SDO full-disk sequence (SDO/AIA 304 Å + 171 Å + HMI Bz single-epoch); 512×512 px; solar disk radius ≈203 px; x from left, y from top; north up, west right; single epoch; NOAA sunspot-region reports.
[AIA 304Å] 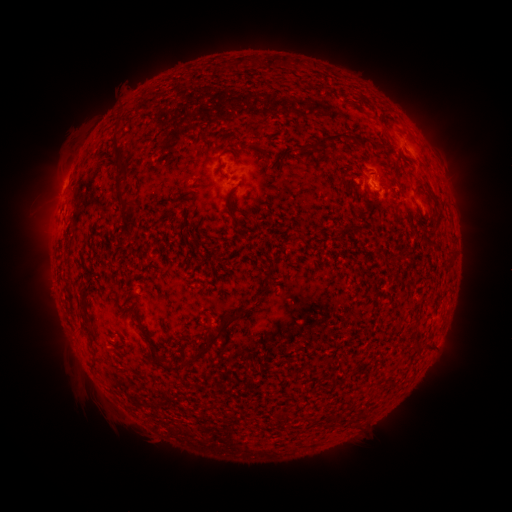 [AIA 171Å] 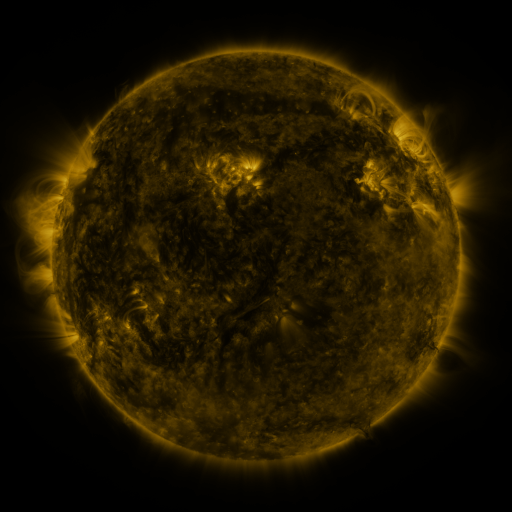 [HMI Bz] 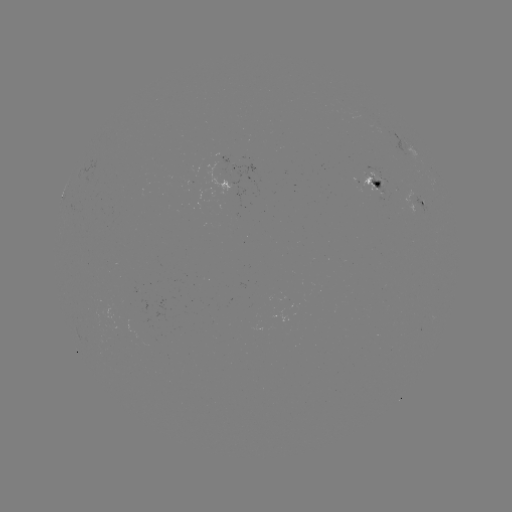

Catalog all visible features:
spotted active region: (377, 184)
spotted active region: (423, 203)
